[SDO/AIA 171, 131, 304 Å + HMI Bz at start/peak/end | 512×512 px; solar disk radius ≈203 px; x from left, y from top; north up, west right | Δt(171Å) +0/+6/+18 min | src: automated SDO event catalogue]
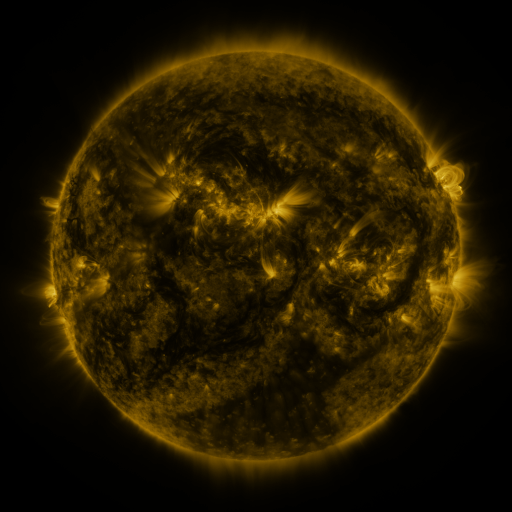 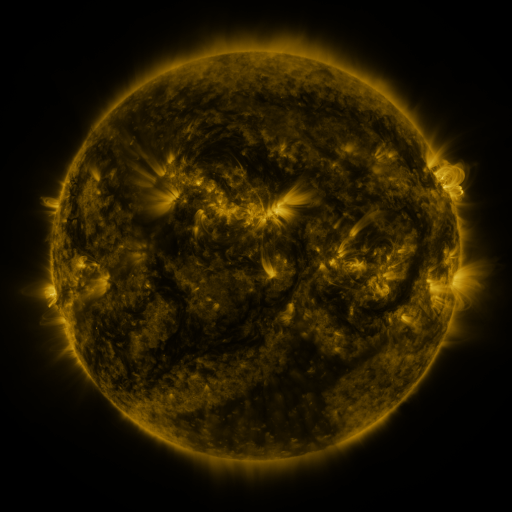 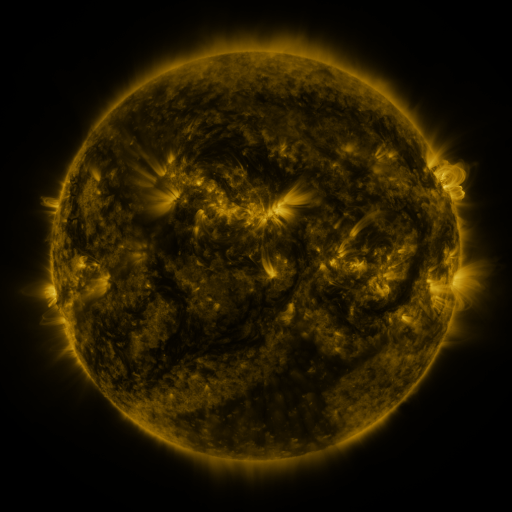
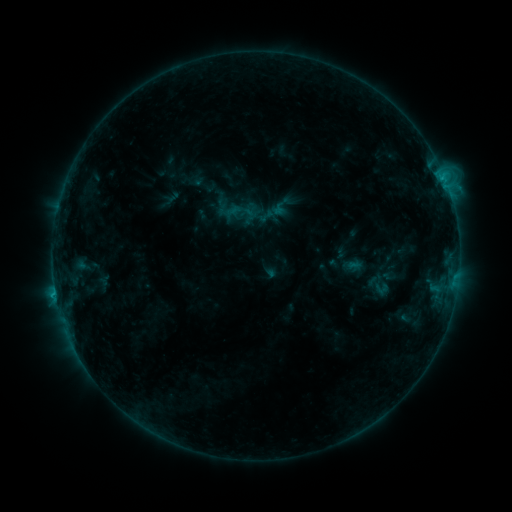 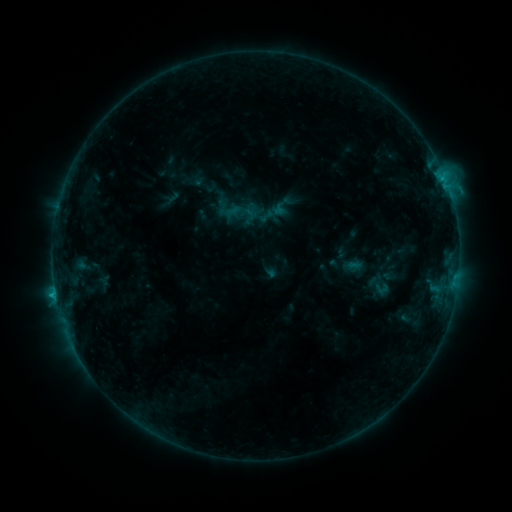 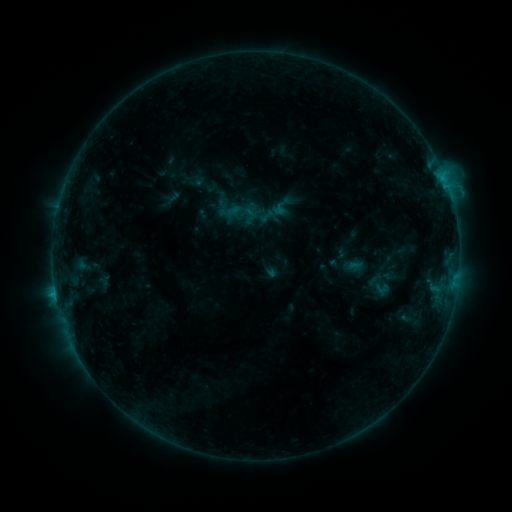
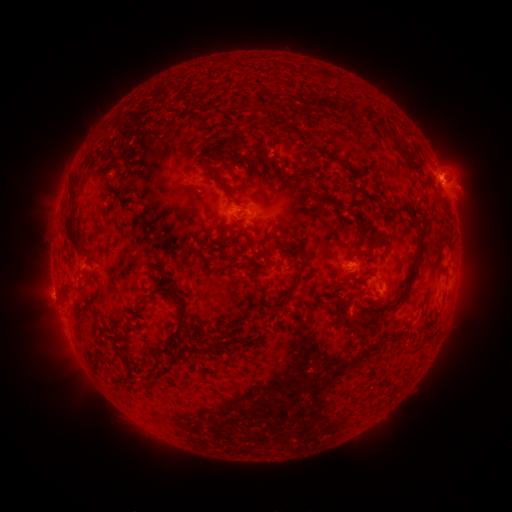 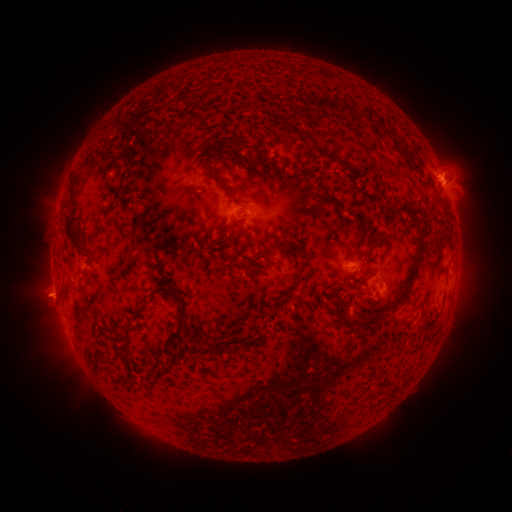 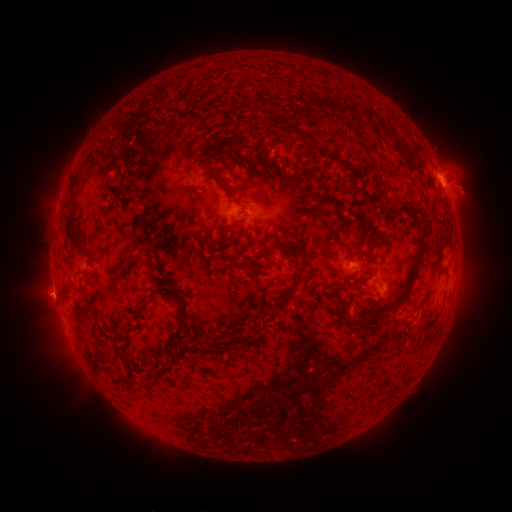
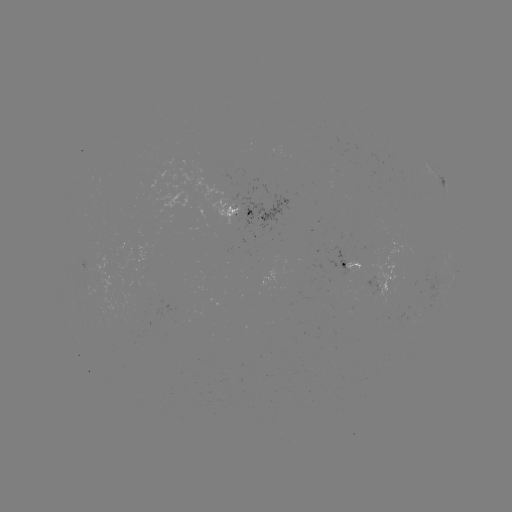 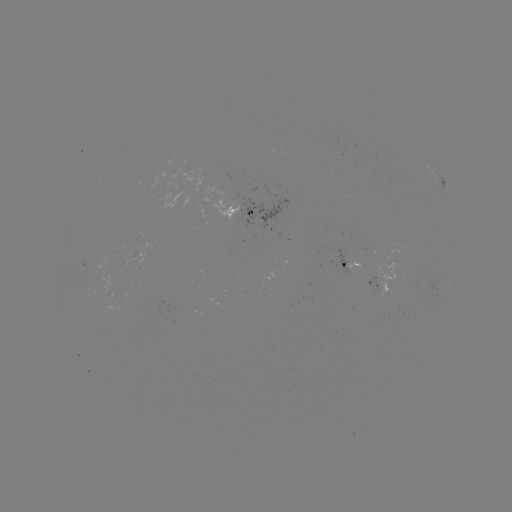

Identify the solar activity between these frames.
eruption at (47, 297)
